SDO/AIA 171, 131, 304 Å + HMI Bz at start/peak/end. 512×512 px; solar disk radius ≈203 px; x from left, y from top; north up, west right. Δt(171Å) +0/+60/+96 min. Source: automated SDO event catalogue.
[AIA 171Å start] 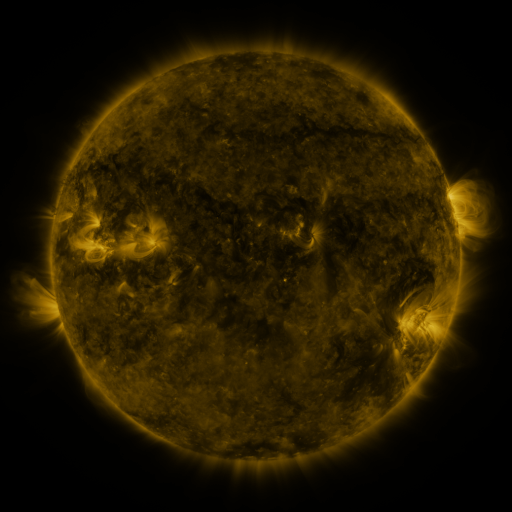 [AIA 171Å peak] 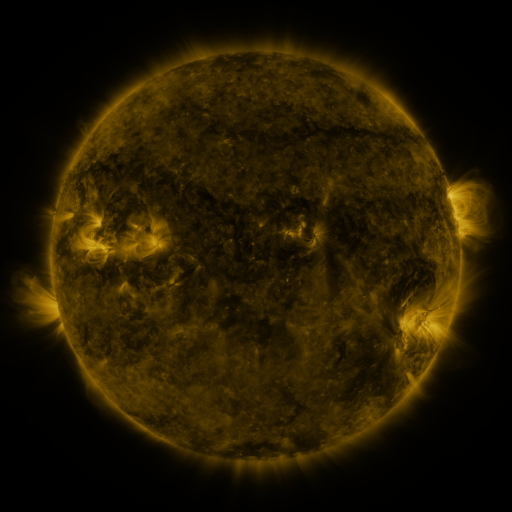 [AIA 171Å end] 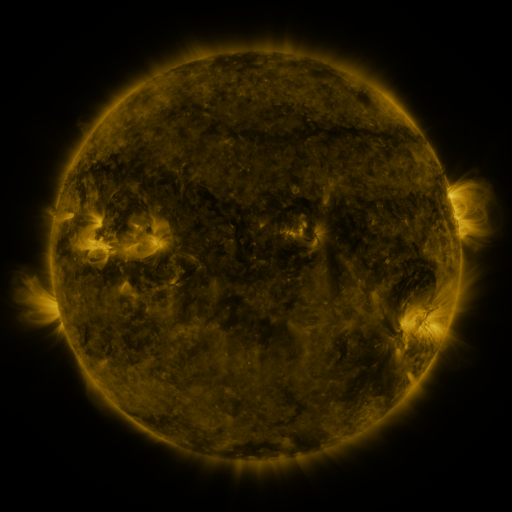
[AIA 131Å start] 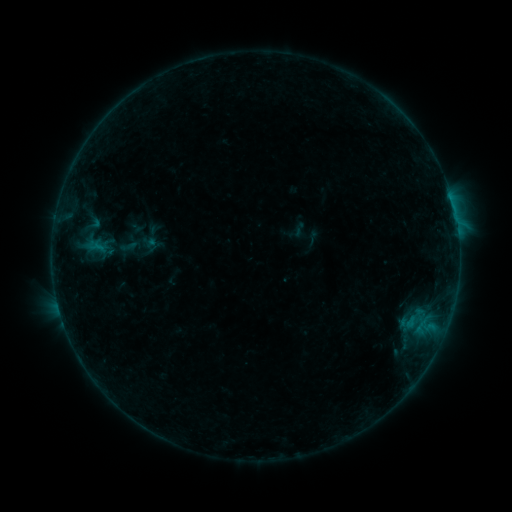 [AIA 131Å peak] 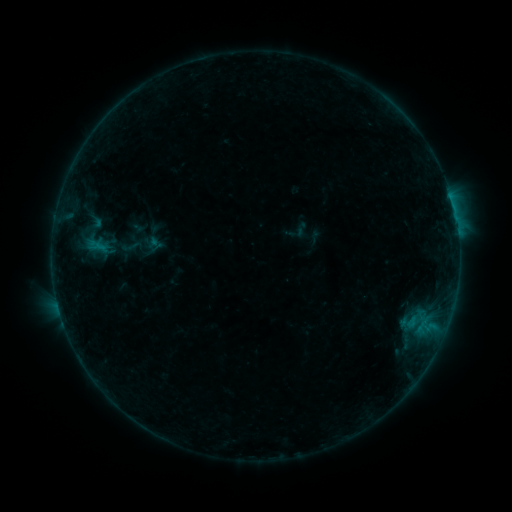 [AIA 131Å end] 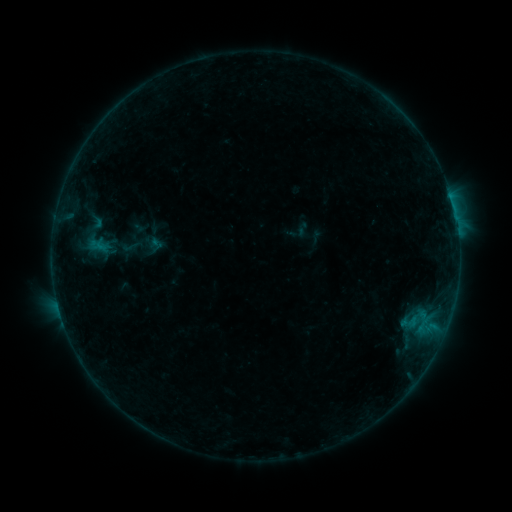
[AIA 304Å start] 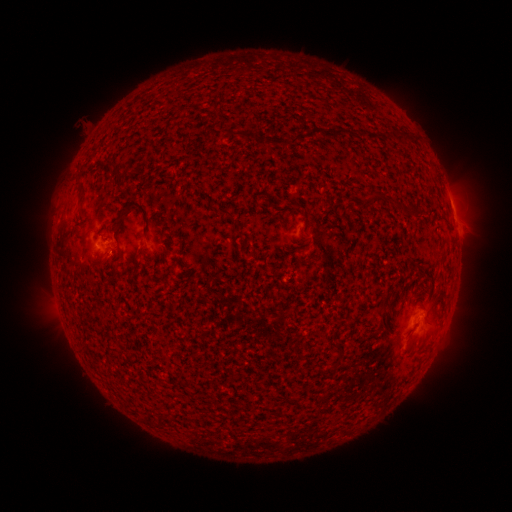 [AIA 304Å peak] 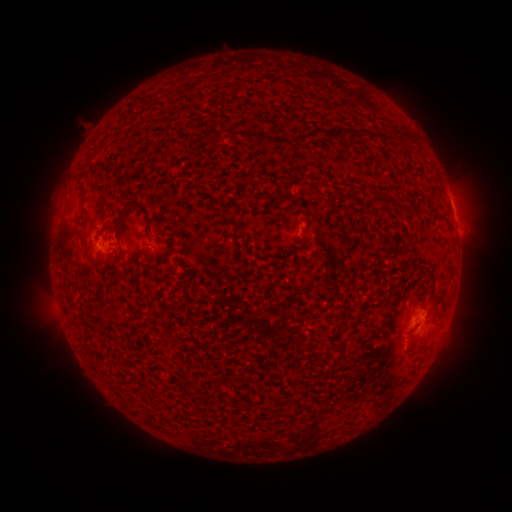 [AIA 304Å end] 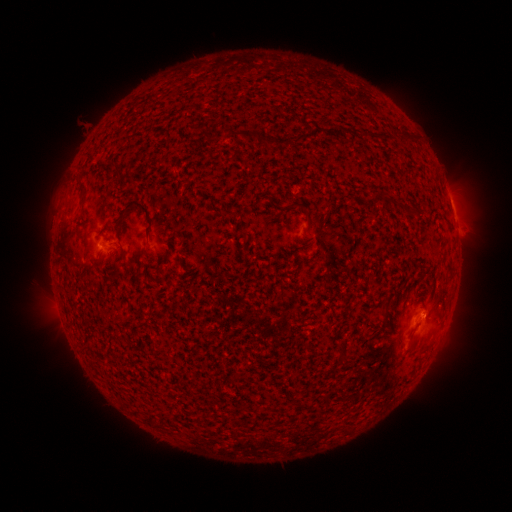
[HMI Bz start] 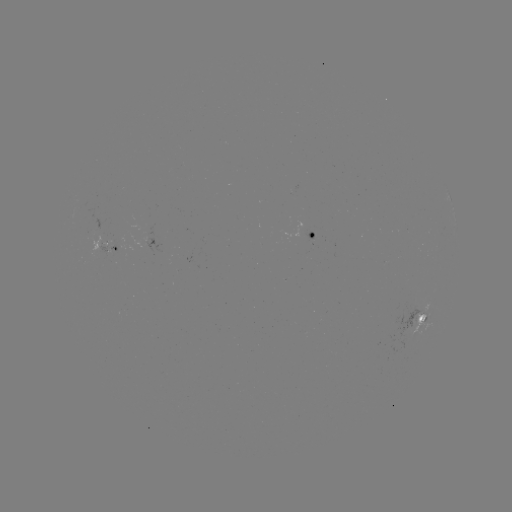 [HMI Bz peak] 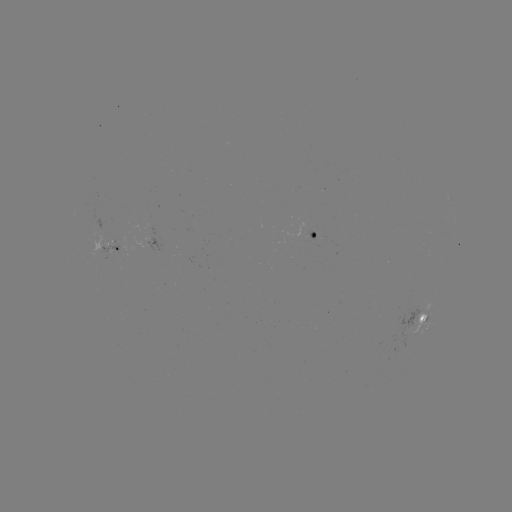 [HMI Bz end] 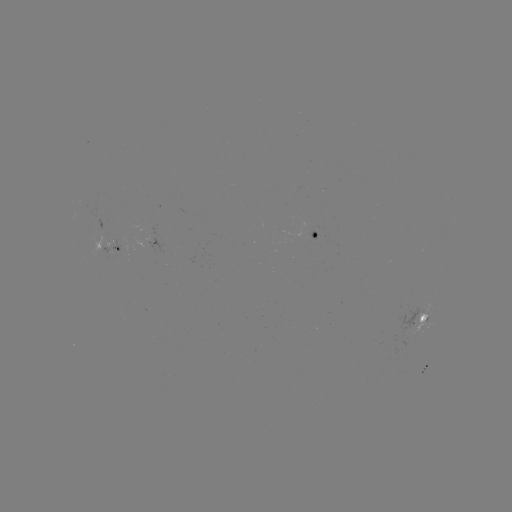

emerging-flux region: (396, 306, 423, 349)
